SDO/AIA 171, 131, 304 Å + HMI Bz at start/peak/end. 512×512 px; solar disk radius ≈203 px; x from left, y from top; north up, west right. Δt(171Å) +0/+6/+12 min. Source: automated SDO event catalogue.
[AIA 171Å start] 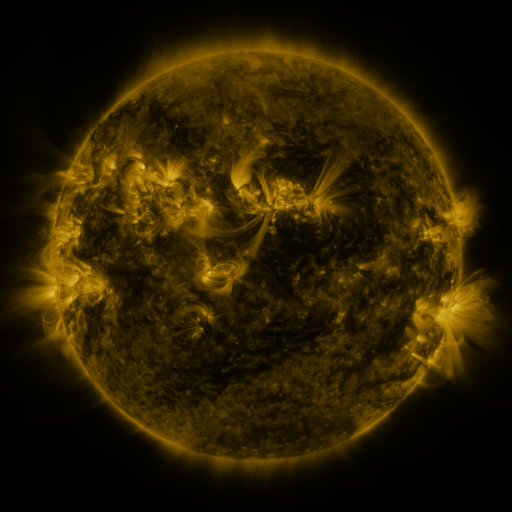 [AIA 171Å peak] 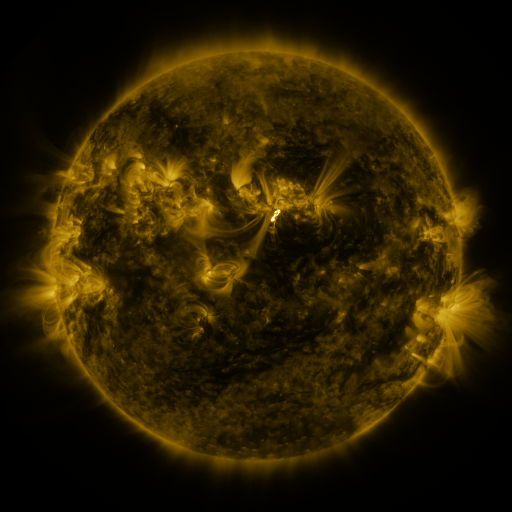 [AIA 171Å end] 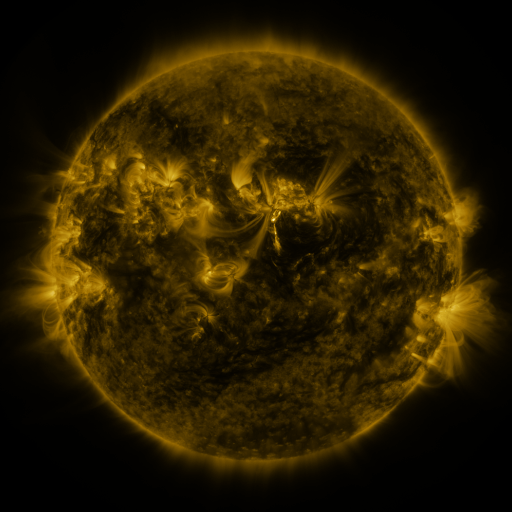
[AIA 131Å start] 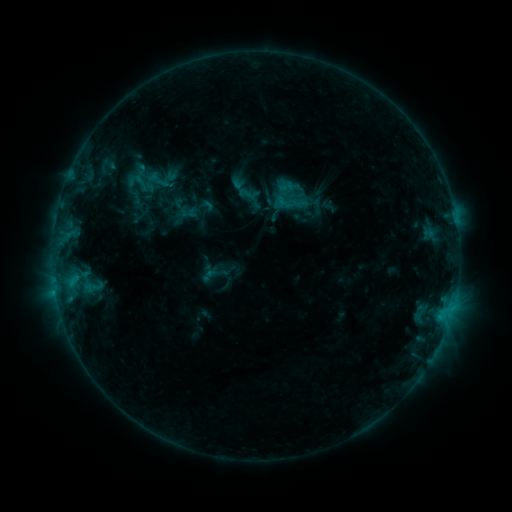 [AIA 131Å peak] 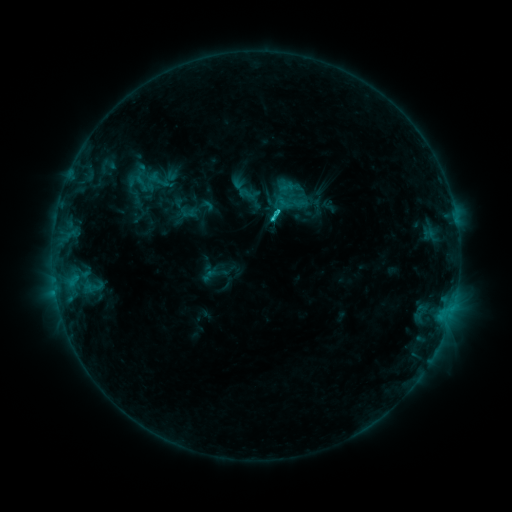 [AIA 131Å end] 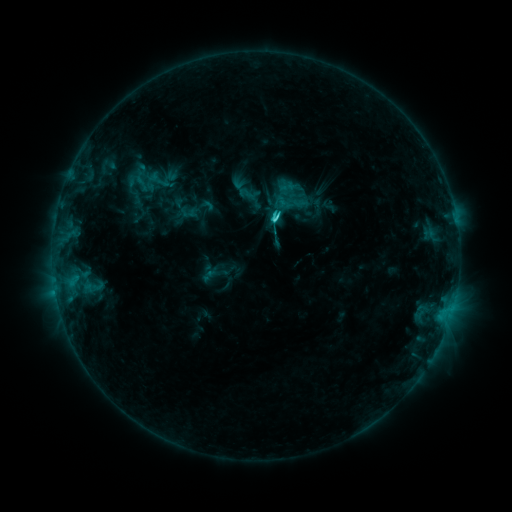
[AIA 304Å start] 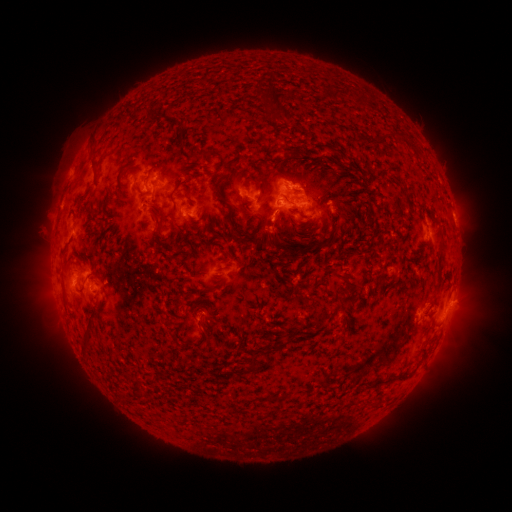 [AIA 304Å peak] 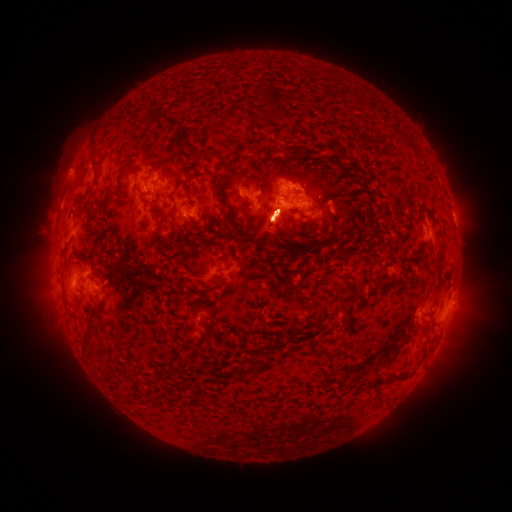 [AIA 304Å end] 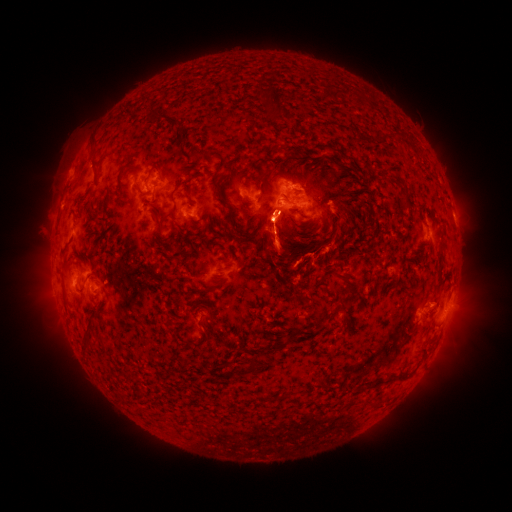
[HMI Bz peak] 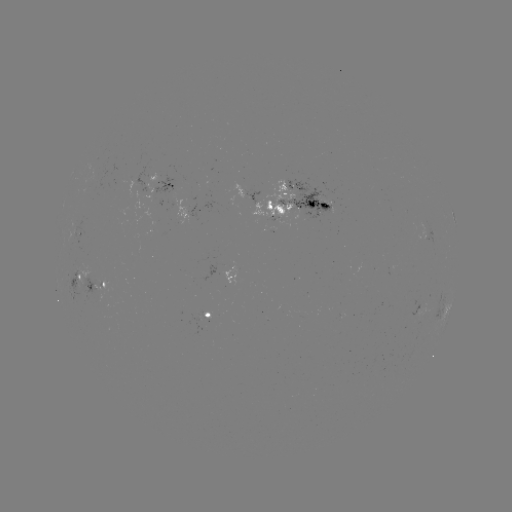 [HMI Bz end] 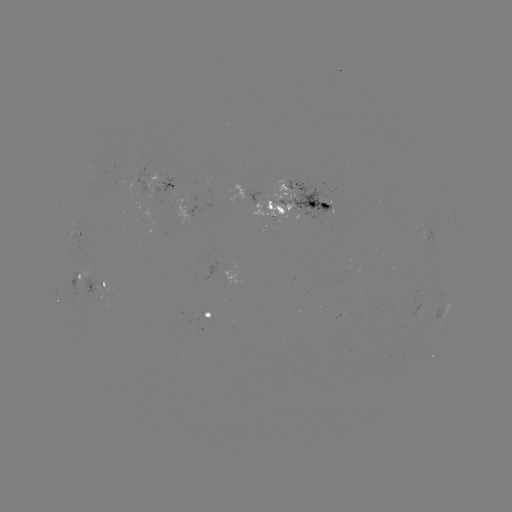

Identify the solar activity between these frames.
C3.0 flare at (277, 213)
